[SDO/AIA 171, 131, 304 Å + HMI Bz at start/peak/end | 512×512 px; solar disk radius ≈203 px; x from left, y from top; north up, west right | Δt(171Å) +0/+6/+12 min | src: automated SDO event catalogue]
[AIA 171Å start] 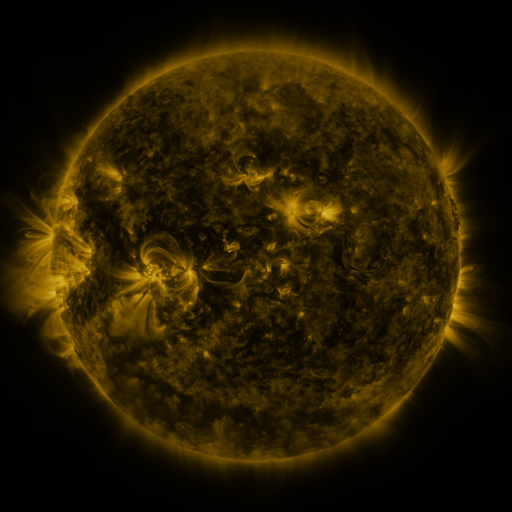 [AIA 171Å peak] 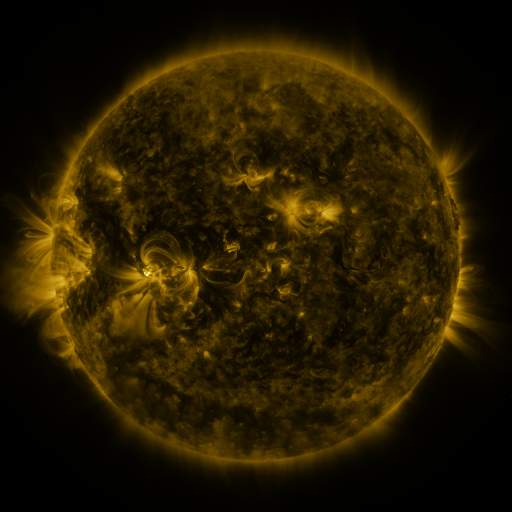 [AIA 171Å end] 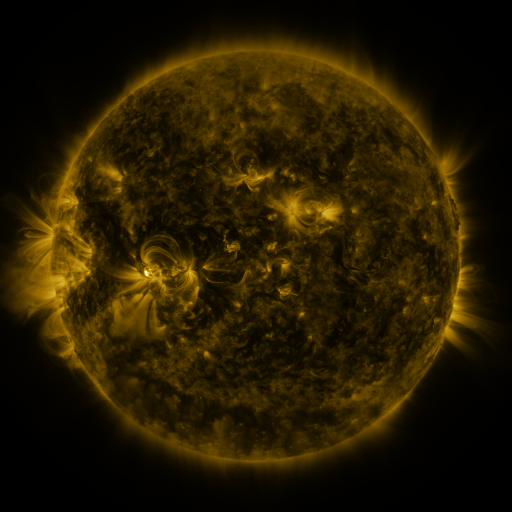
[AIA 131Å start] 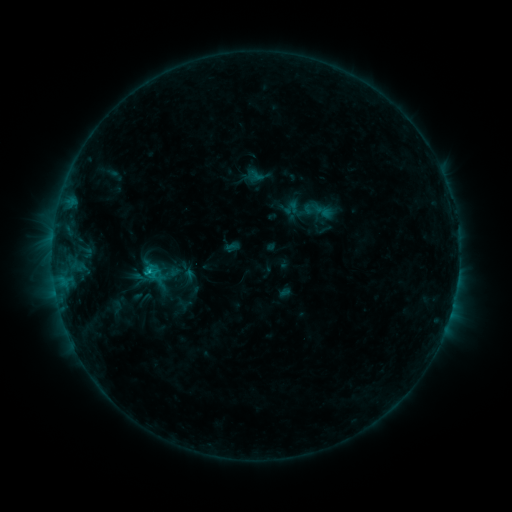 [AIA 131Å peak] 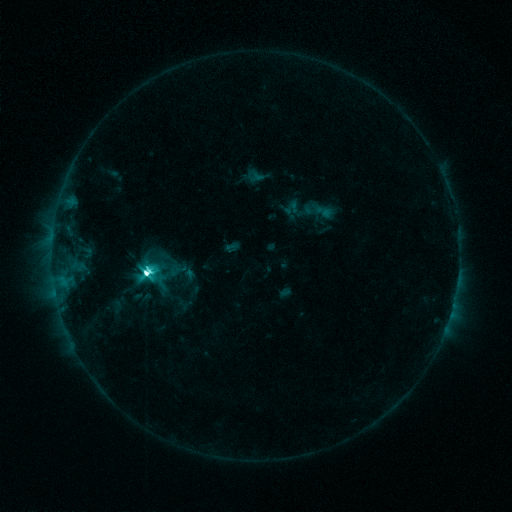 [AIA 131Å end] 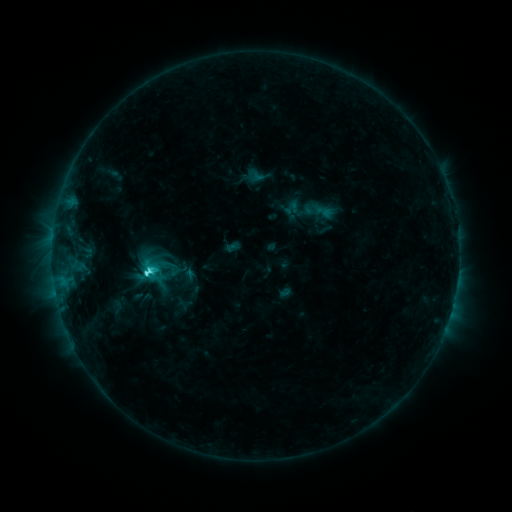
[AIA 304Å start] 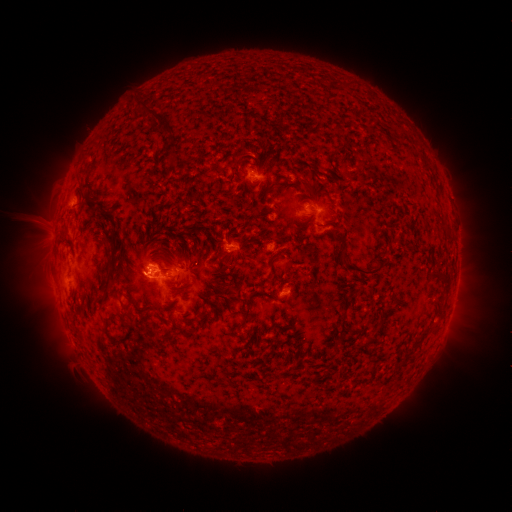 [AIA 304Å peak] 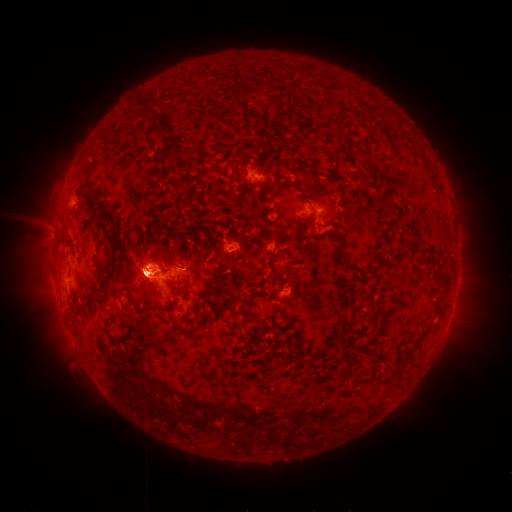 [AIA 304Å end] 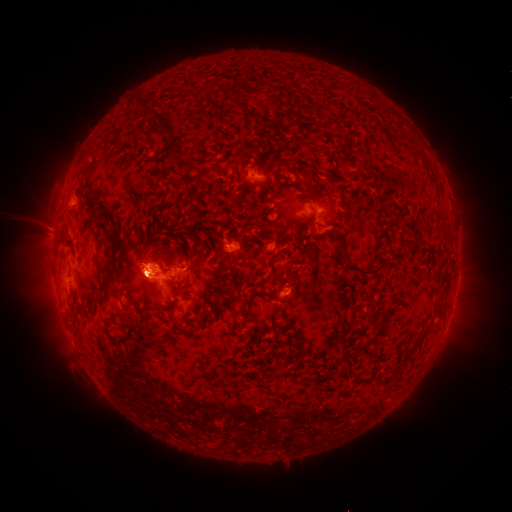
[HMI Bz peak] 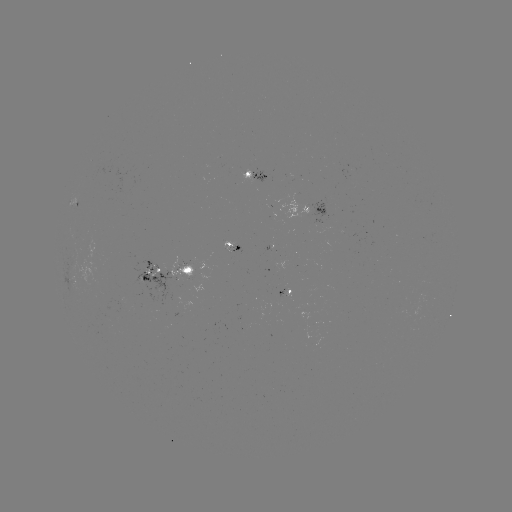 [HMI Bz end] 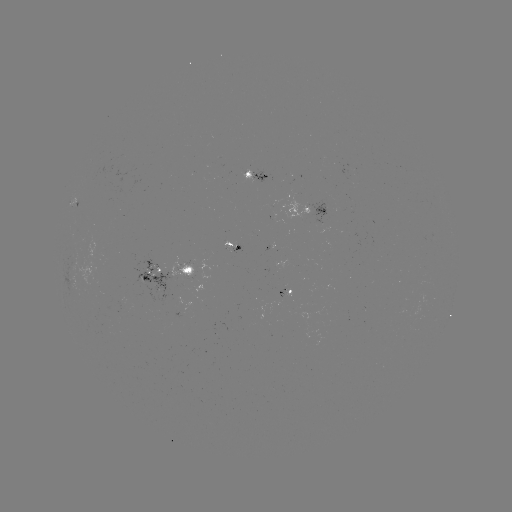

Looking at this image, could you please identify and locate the M1.1 flare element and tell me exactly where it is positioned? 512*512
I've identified M1.1 flare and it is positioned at (149, 271).